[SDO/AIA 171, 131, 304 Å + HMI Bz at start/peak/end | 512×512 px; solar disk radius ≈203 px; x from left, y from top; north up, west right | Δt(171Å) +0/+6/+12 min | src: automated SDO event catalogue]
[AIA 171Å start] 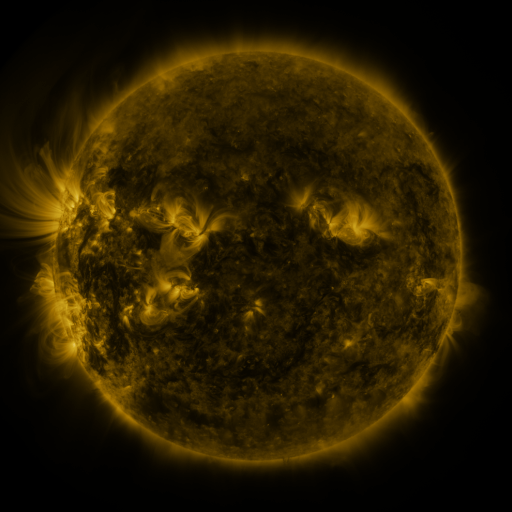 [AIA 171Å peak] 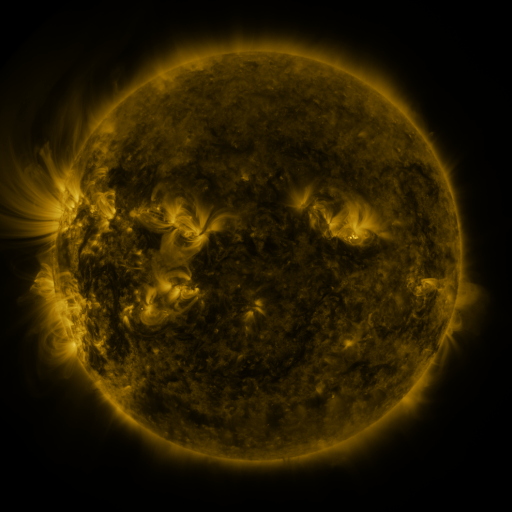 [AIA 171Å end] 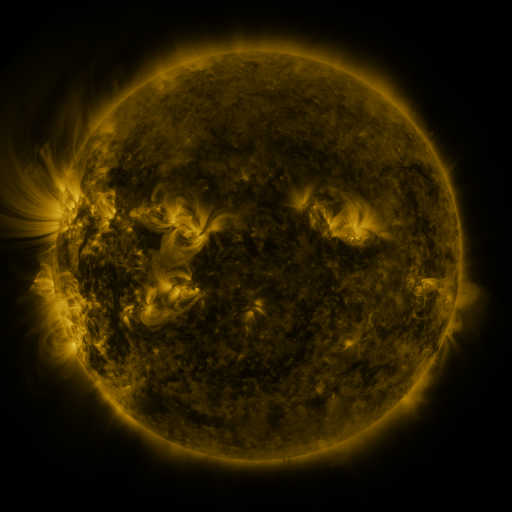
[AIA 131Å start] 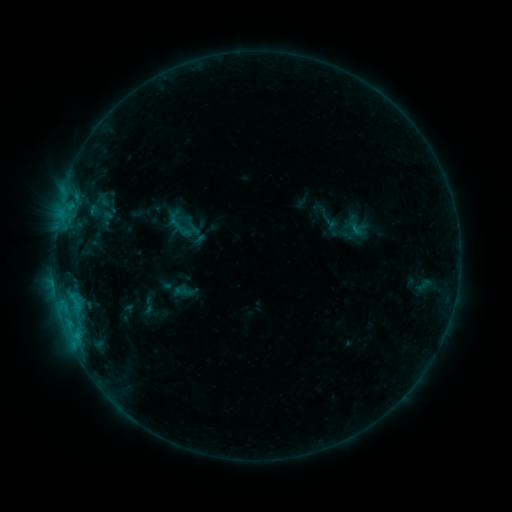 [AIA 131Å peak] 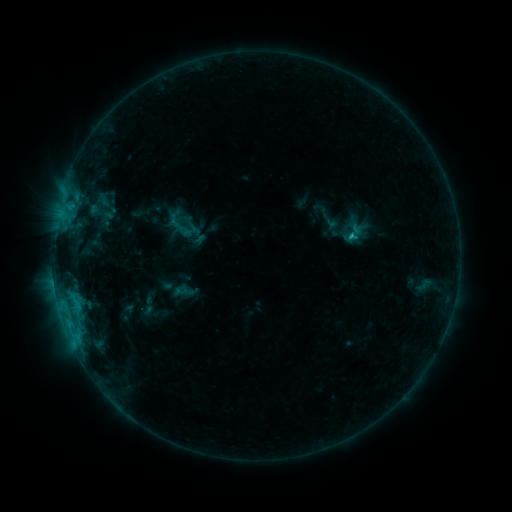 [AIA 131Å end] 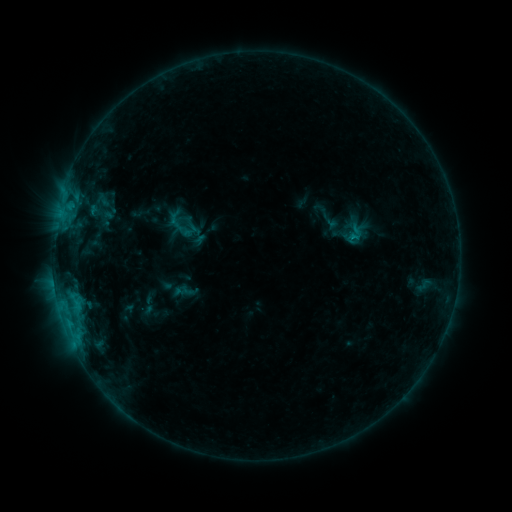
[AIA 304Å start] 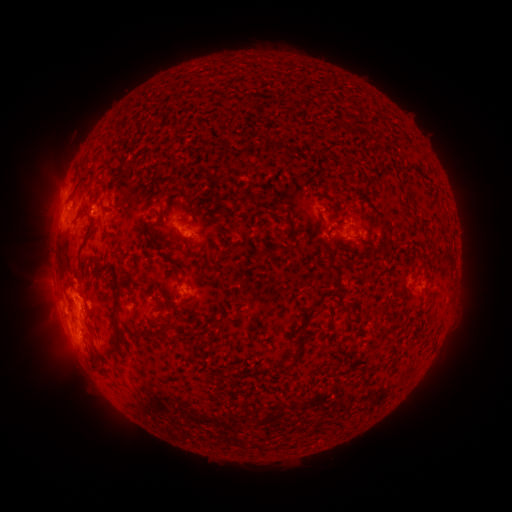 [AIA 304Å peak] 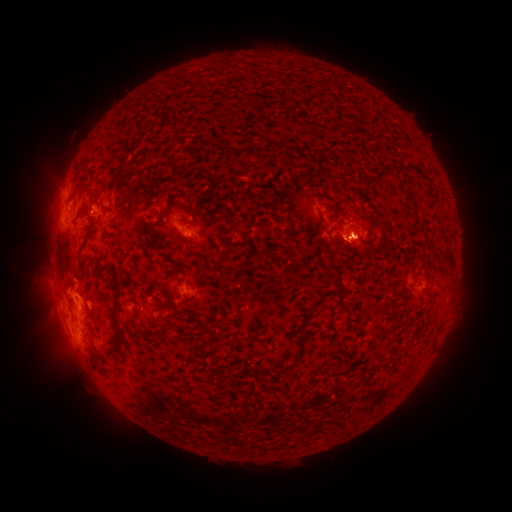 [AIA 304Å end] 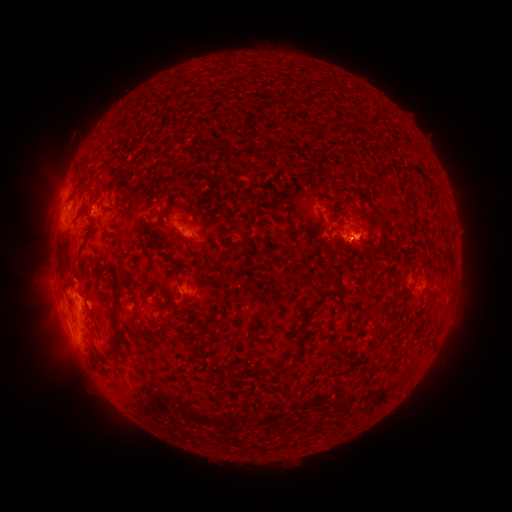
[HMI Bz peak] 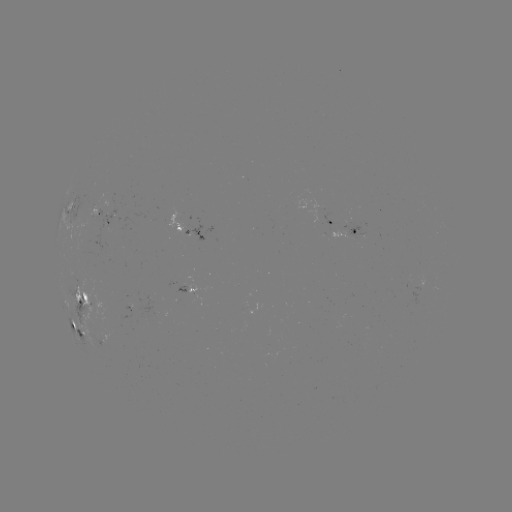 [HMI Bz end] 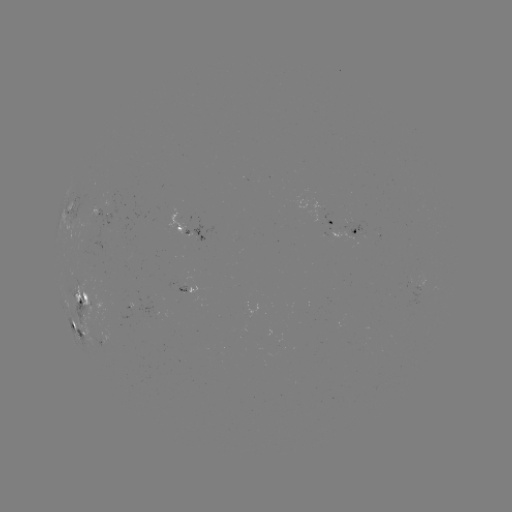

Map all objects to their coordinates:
eruption: (358, 241)
